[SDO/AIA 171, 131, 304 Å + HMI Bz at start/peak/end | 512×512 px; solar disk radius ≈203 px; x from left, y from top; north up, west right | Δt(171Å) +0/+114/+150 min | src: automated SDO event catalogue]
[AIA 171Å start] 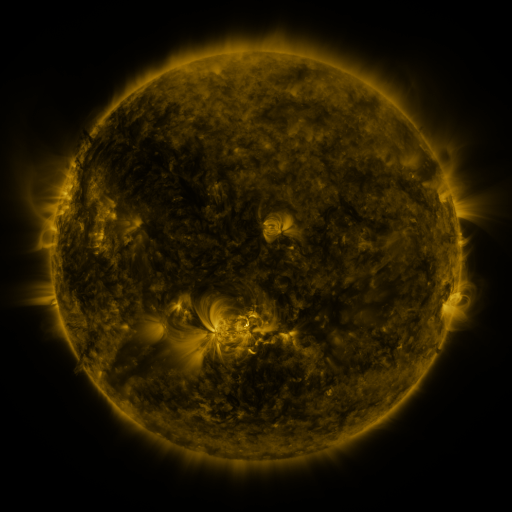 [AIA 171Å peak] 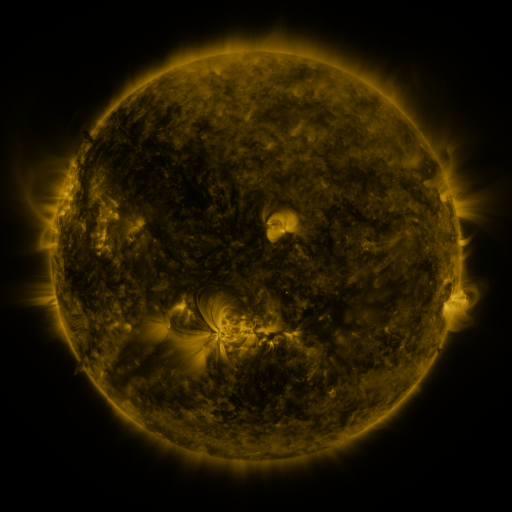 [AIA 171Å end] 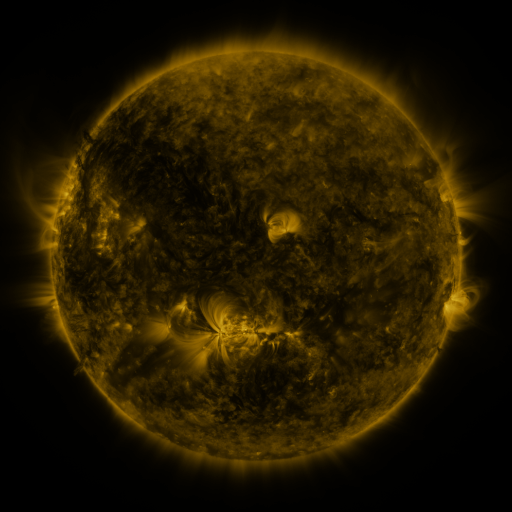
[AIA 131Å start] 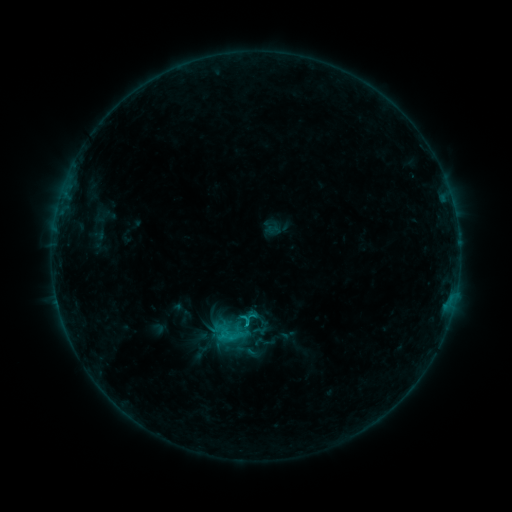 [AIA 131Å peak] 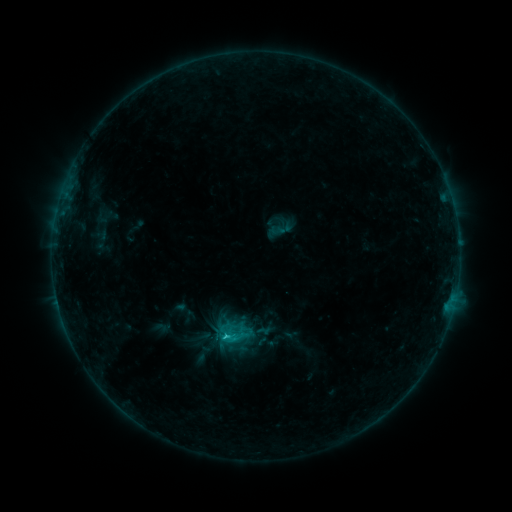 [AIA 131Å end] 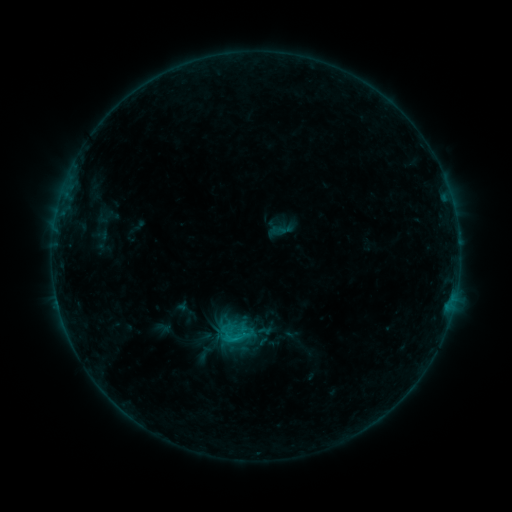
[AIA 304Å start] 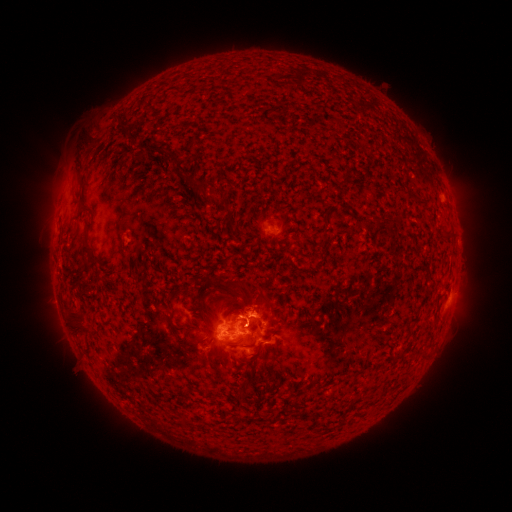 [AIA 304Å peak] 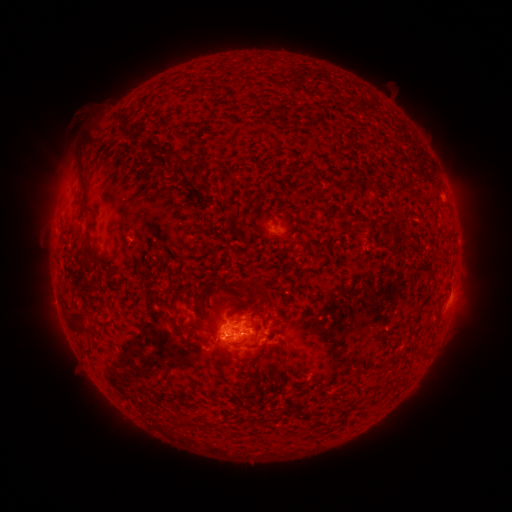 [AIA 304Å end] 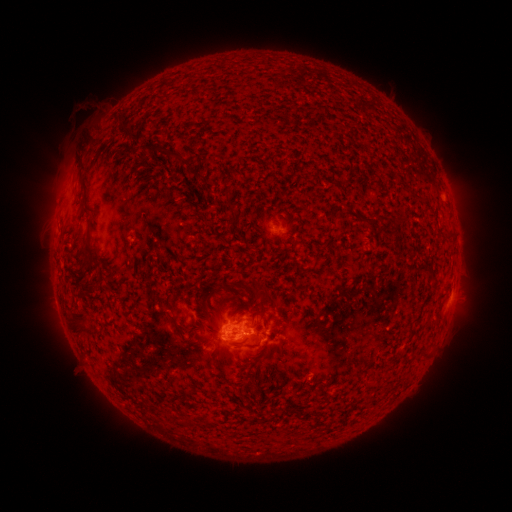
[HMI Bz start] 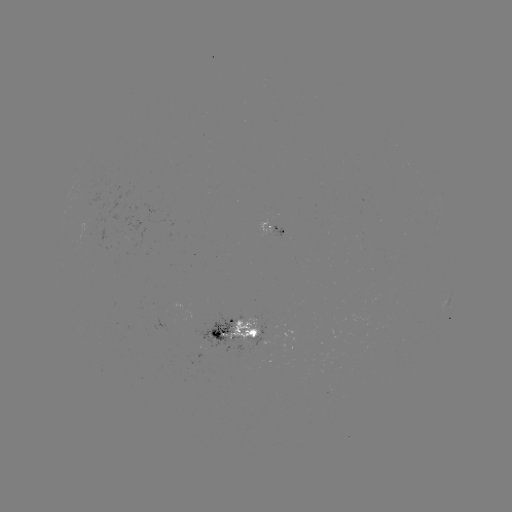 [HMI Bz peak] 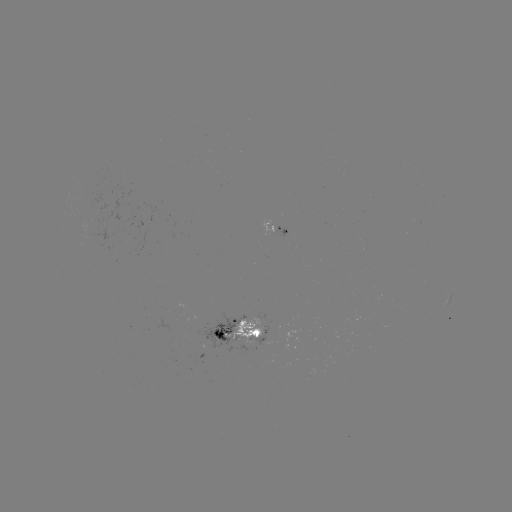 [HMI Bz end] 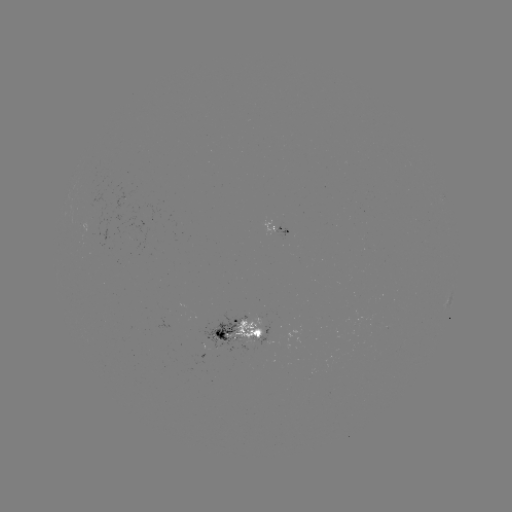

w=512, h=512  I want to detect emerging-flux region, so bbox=[224, 315, 265, 342].